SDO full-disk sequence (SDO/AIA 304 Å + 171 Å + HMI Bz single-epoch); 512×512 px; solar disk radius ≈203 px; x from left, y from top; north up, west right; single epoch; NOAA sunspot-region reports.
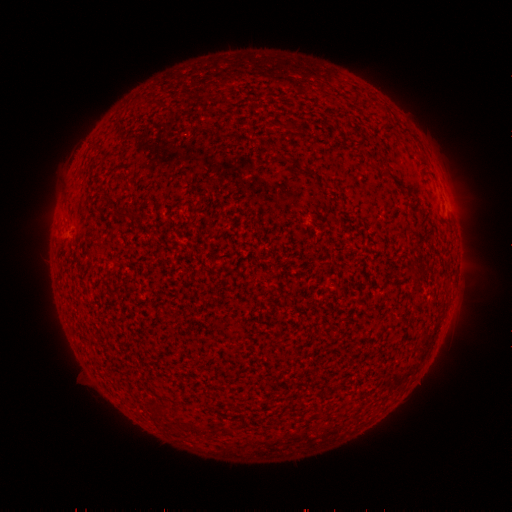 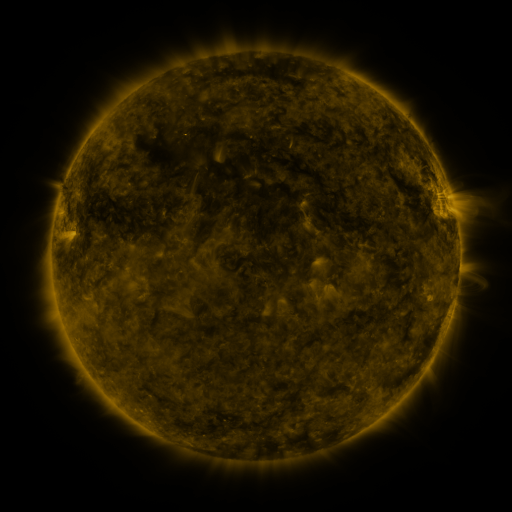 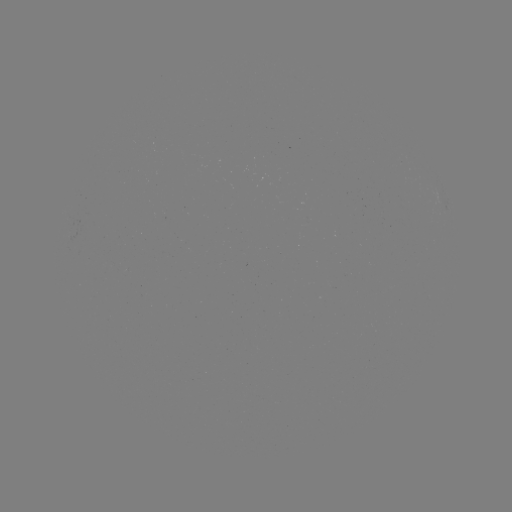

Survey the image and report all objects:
(none)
